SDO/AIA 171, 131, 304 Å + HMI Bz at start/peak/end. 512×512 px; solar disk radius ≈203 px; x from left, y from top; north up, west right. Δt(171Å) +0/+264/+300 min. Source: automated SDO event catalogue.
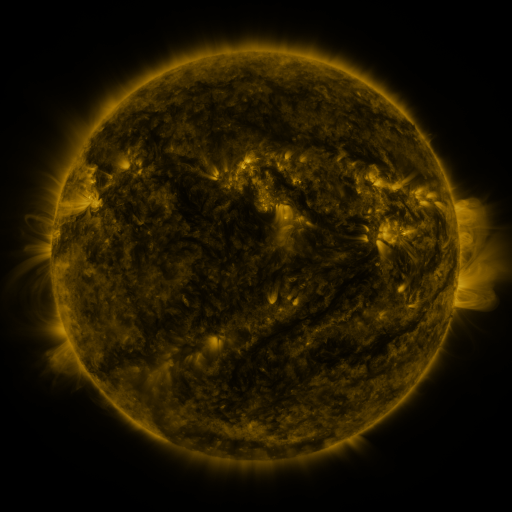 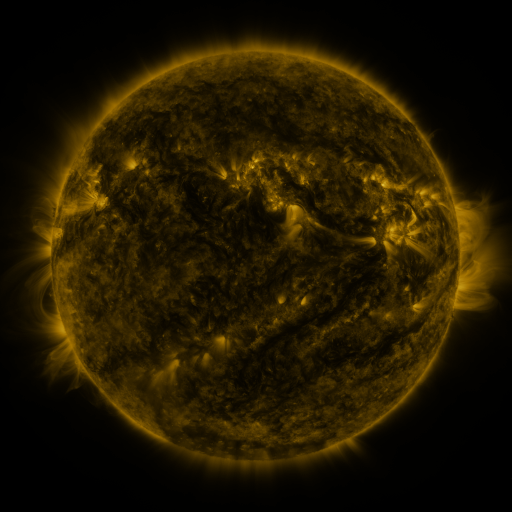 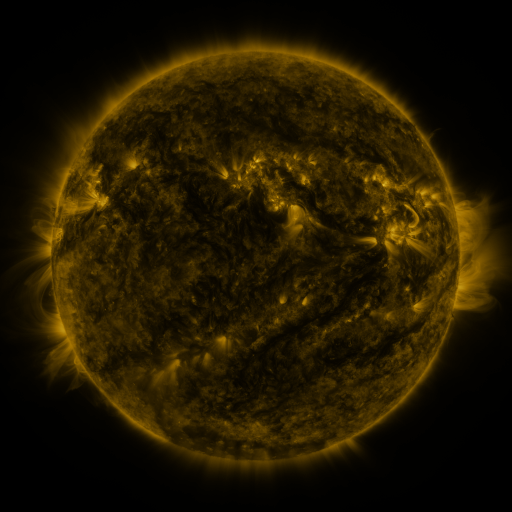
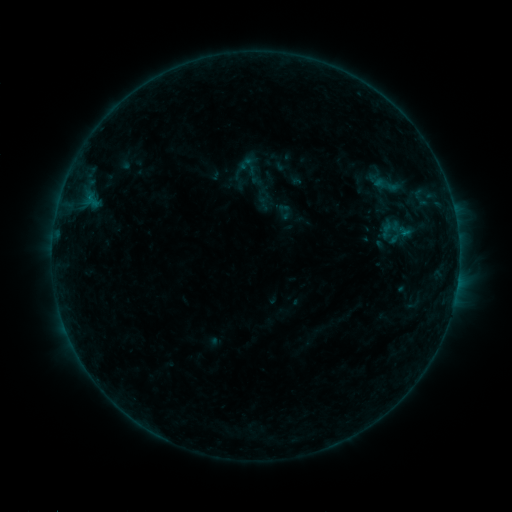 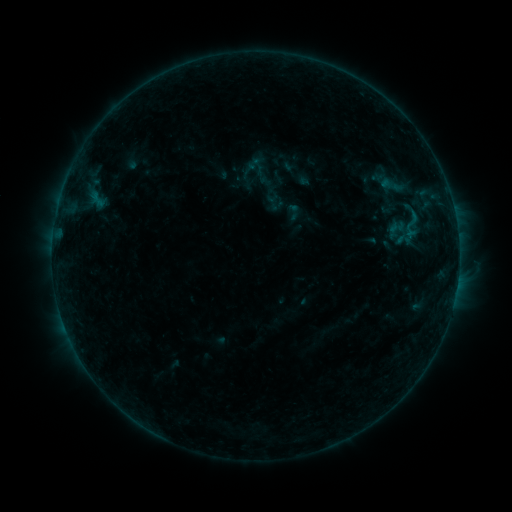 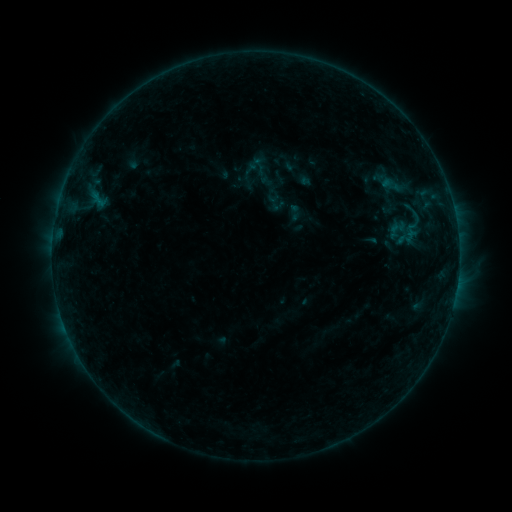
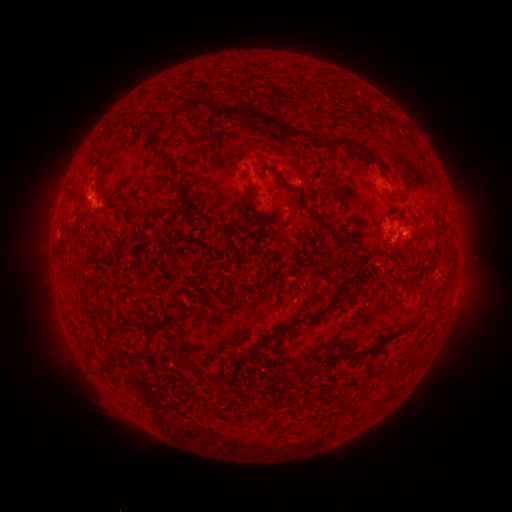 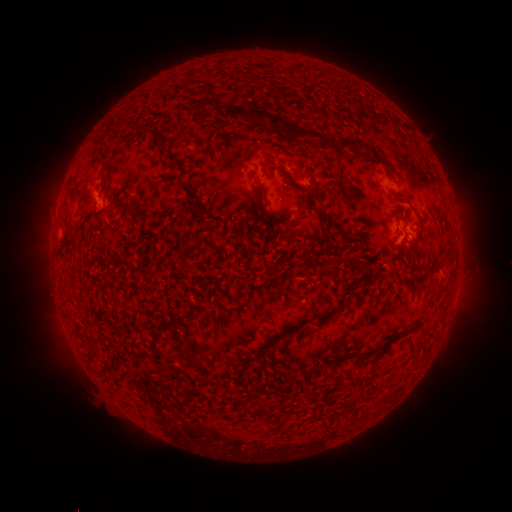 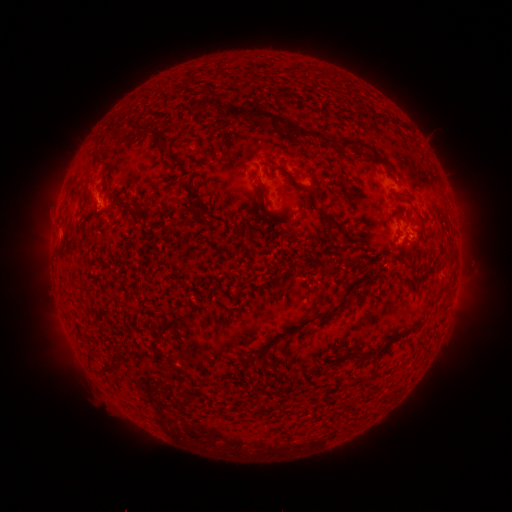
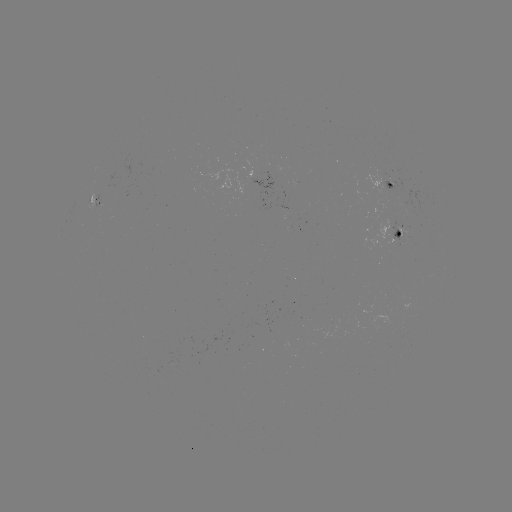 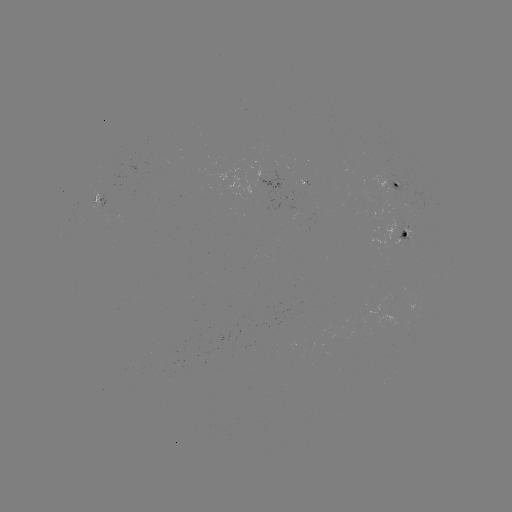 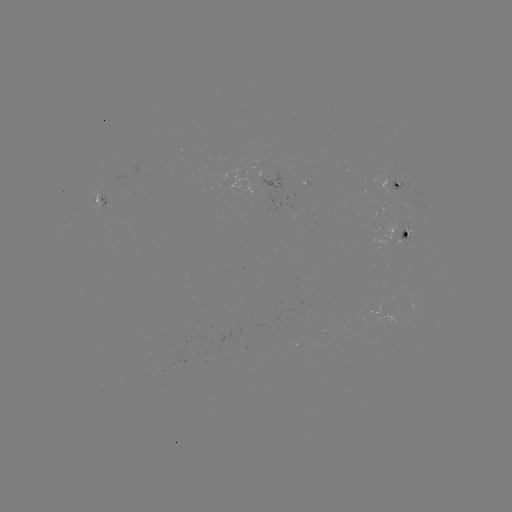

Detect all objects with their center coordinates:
emerging-flux region: (305, 184)
